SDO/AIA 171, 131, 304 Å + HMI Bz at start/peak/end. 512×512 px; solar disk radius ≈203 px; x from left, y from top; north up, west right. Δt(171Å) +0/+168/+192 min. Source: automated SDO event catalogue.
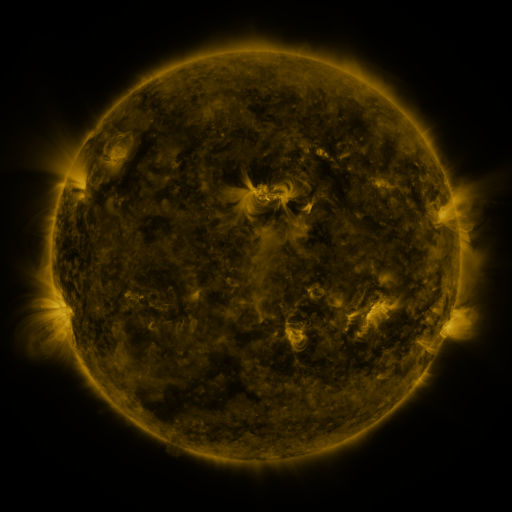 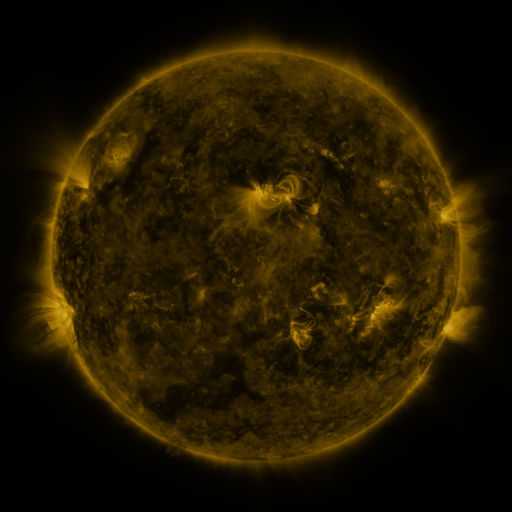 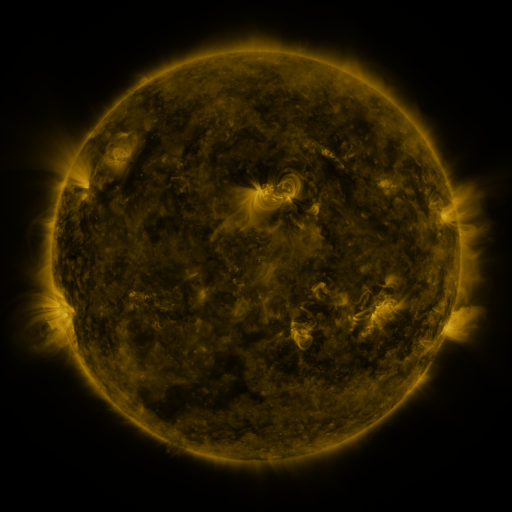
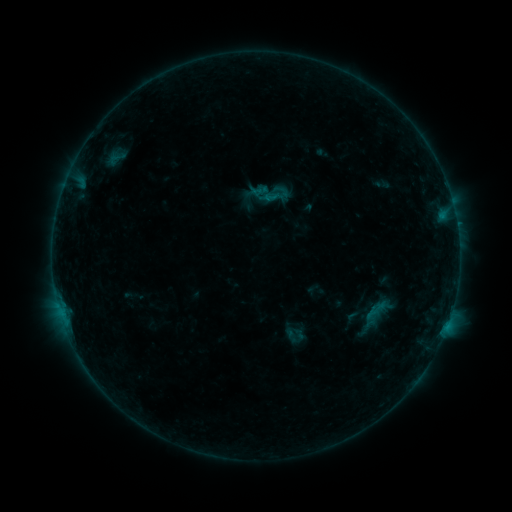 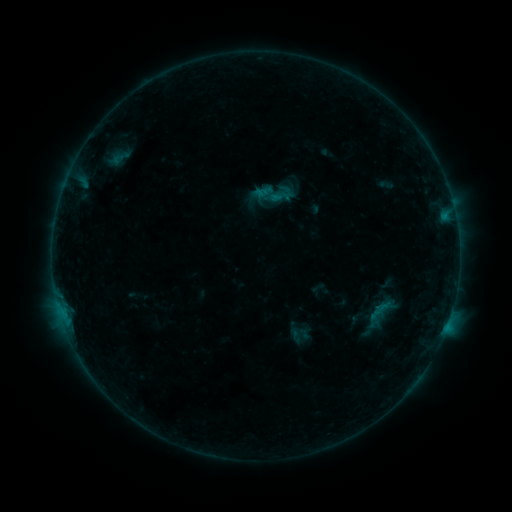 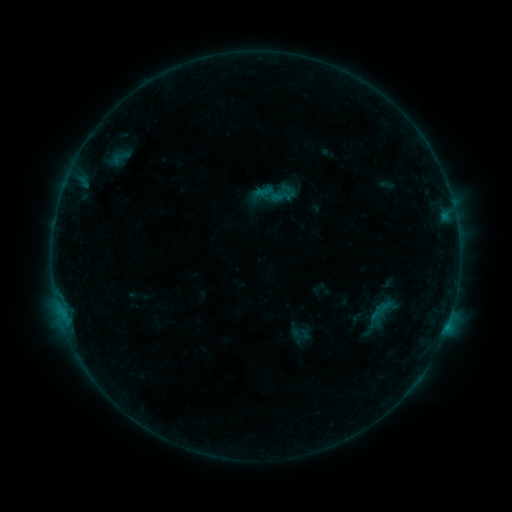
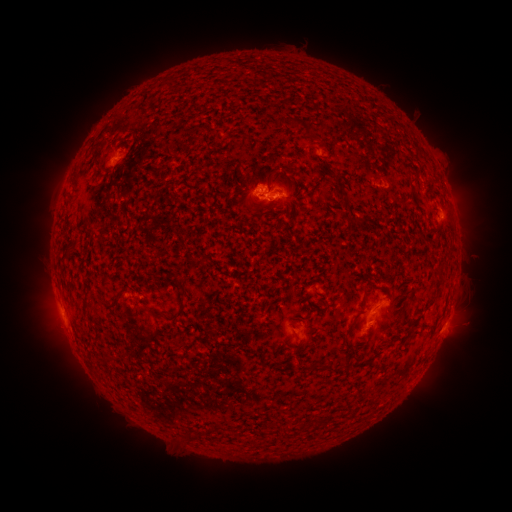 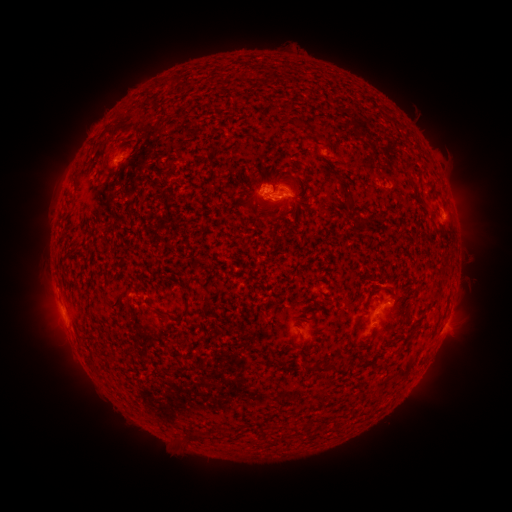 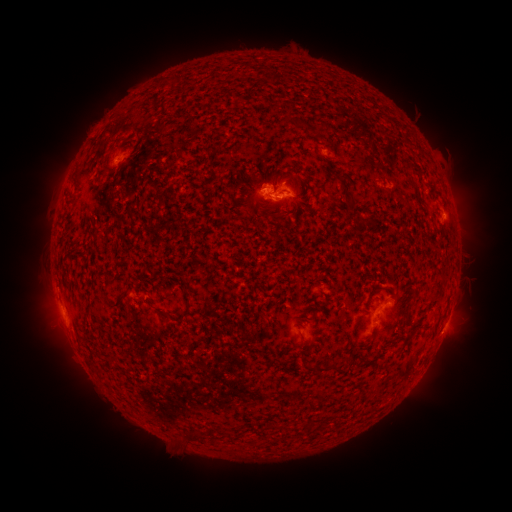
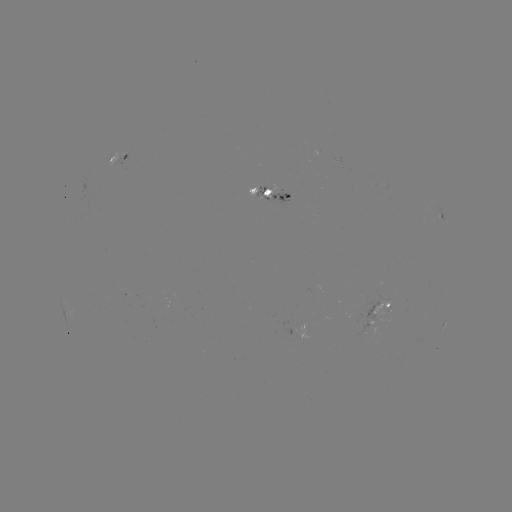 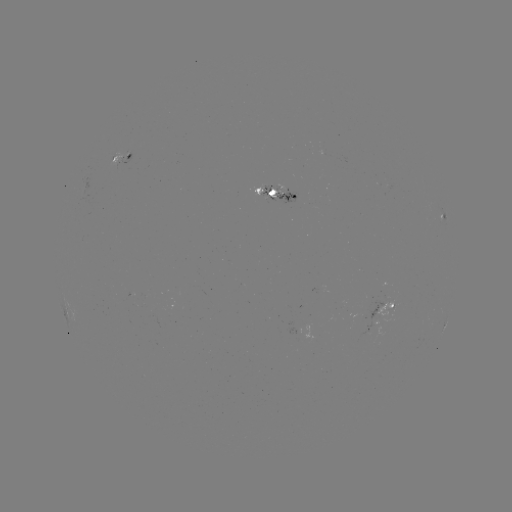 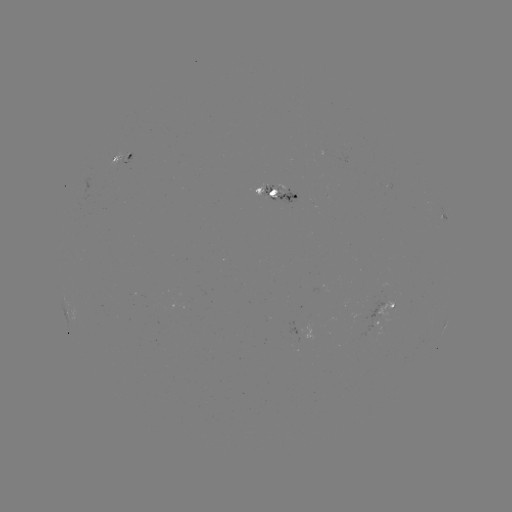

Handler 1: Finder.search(emerging-flux region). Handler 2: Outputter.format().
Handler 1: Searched emerging-flux region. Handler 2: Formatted (386, 304).